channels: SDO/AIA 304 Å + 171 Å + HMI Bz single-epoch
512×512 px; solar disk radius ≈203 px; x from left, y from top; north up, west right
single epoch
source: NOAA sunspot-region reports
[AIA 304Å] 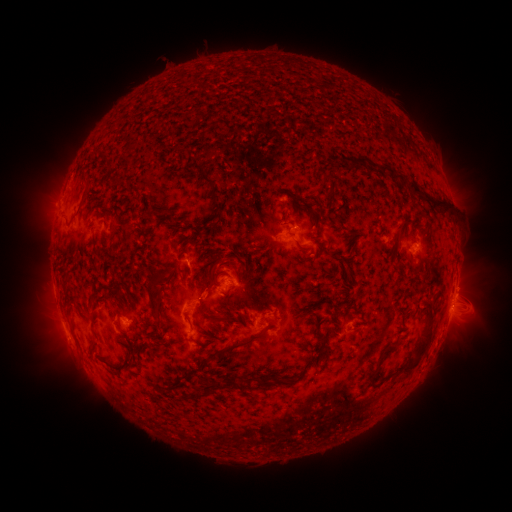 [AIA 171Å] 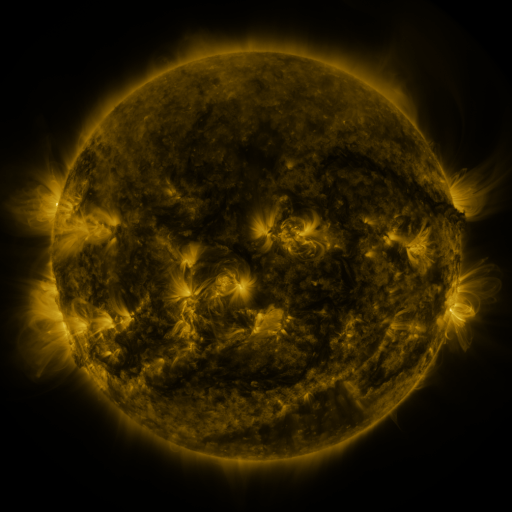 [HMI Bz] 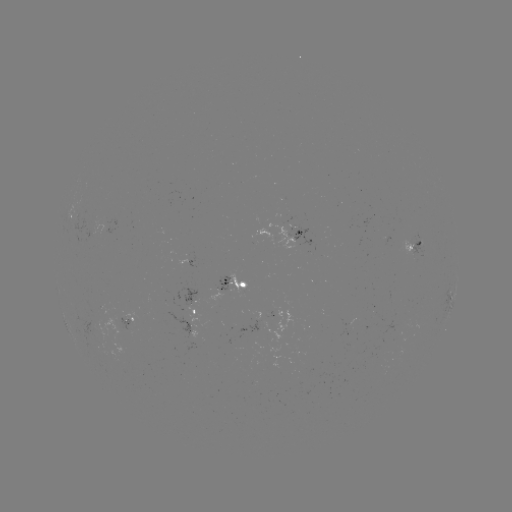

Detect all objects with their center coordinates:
spotted active region: (294, 236)
spotted active region: (414, 238)
spotted active region: (238, 286)
spotted active region: (455, 287)
spotted active region: (453, 303)
spotted active region: (203, 313)
spotted active region: (273, 317)
